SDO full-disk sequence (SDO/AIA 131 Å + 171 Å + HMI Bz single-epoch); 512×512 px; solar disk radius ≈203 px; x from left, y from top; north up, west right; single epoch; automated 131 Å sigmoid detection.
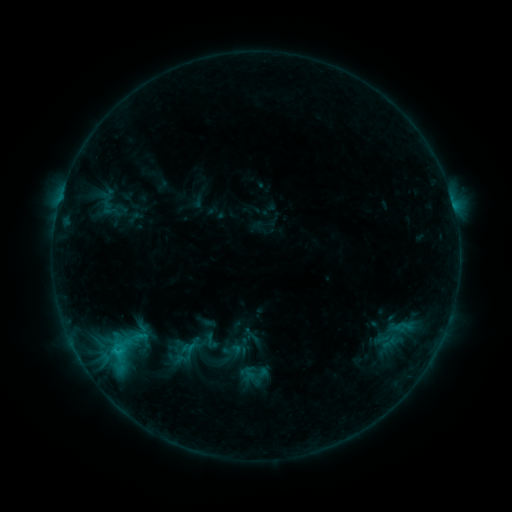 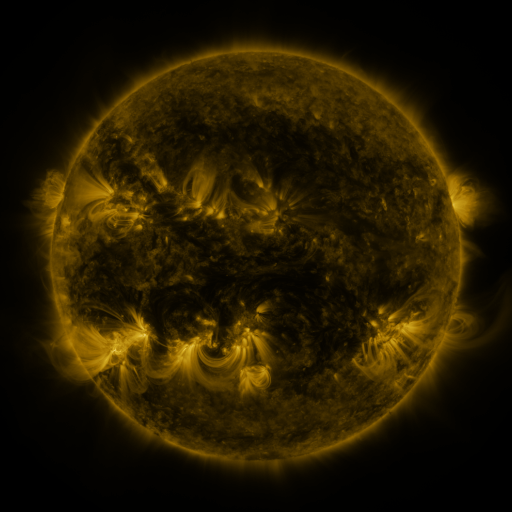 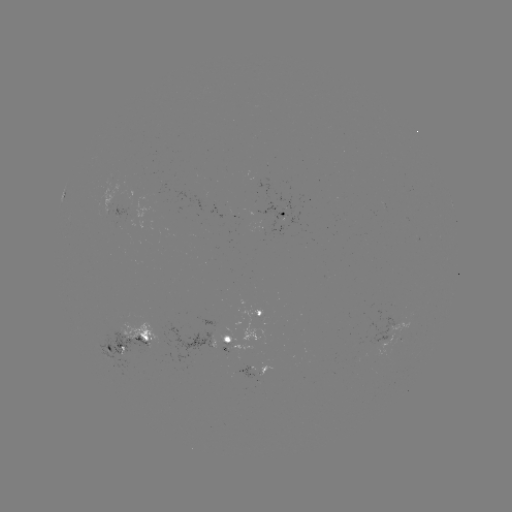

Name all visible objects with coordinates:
sigmoid: (211, 341)
